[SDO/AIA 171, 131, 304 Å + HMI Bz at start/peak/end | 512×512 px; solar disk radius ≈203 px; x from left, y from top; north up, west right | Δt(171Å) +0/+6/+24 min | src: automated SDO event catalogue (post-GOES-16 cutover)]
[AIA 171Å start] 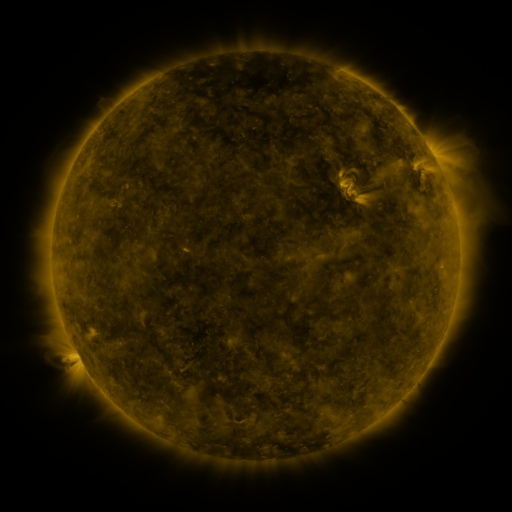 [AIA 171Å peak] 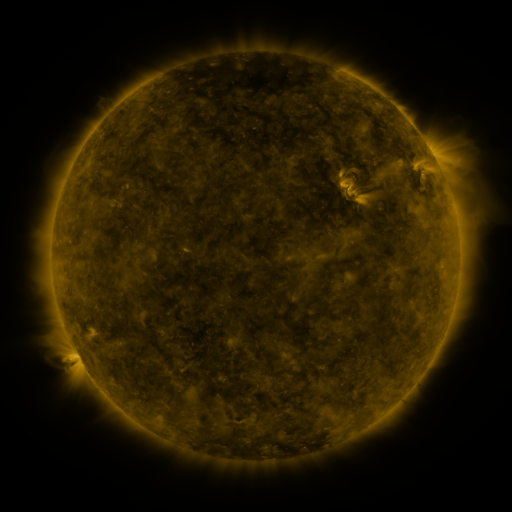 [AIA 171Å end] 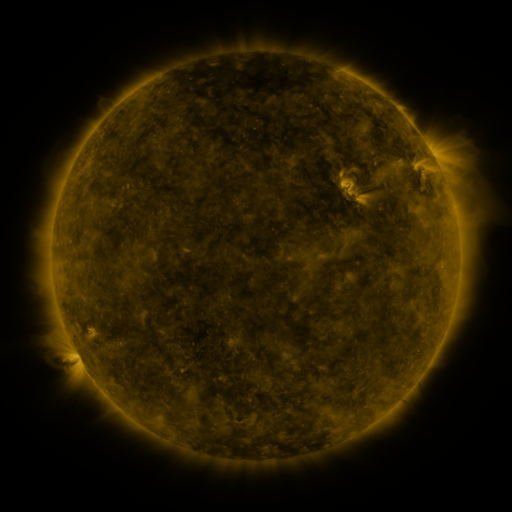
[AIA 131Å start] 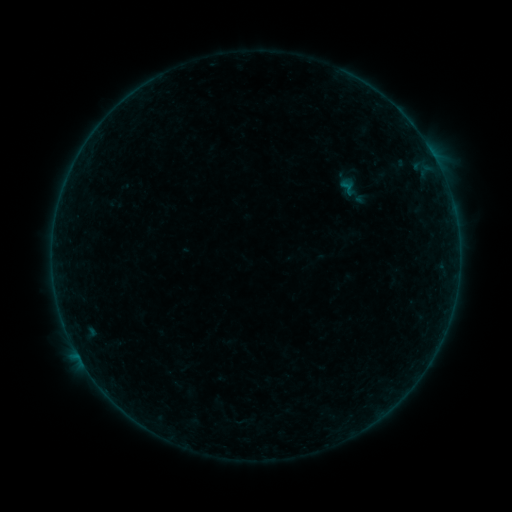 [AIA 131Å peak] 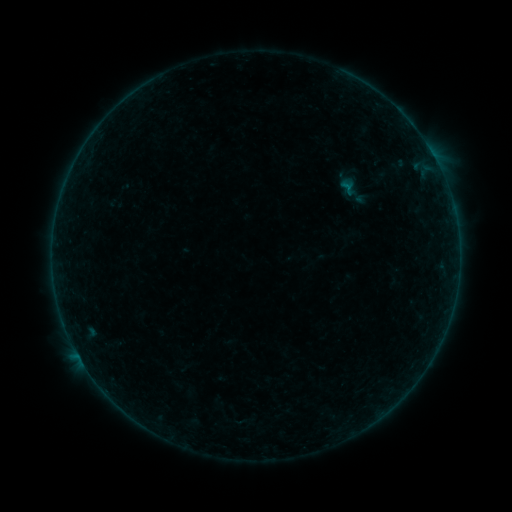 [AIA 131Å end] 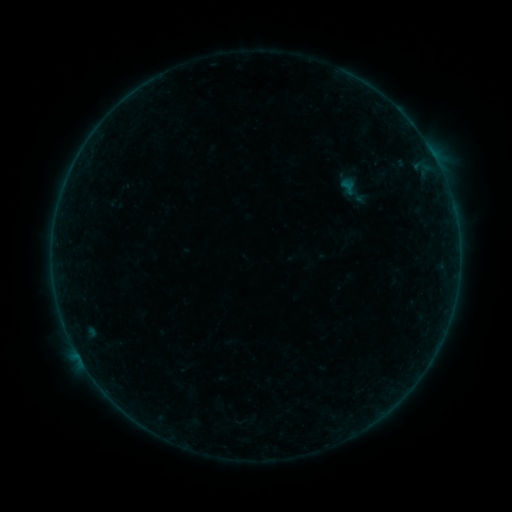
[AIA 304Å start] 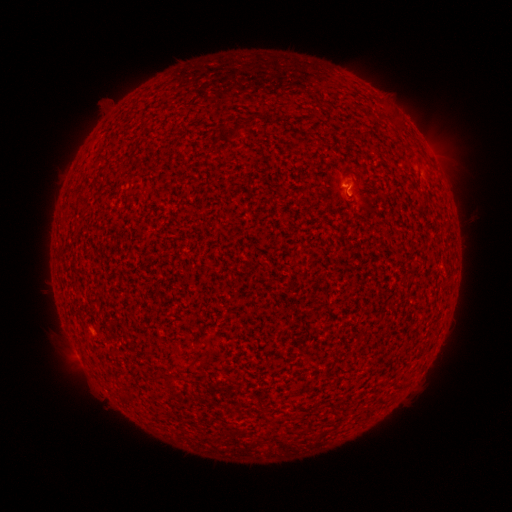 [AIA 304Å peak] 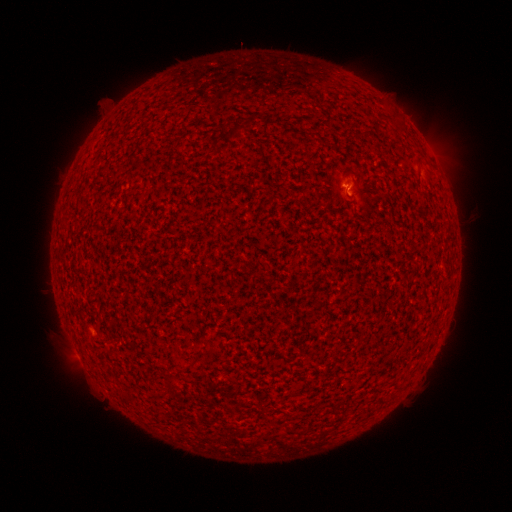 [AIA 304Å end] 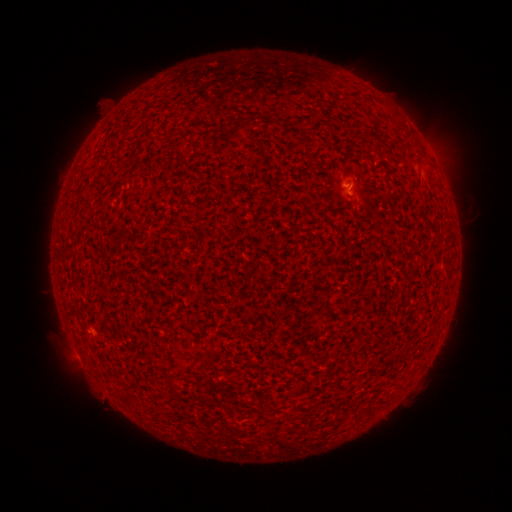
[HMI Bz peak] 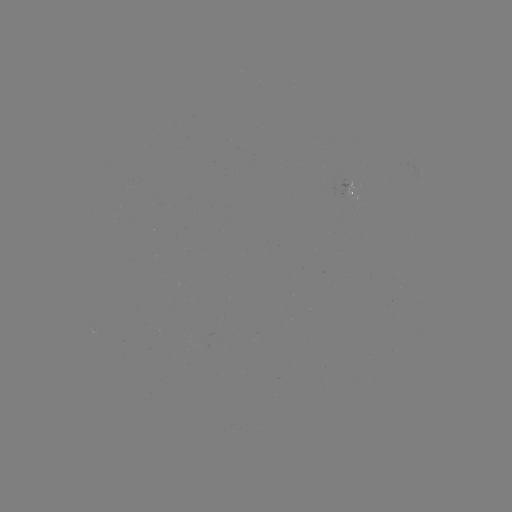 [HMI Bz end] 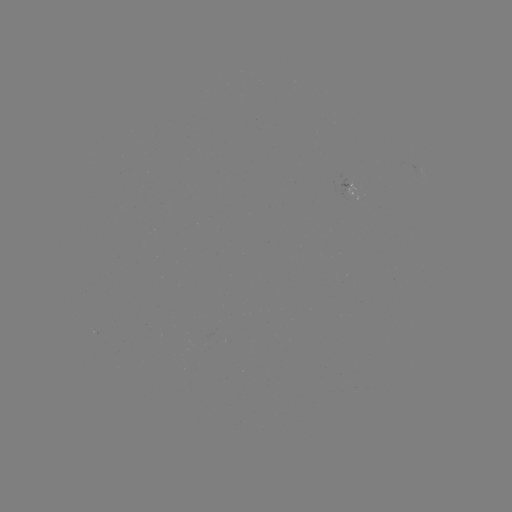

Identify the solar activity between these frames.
B1.4 flare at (345, 188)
